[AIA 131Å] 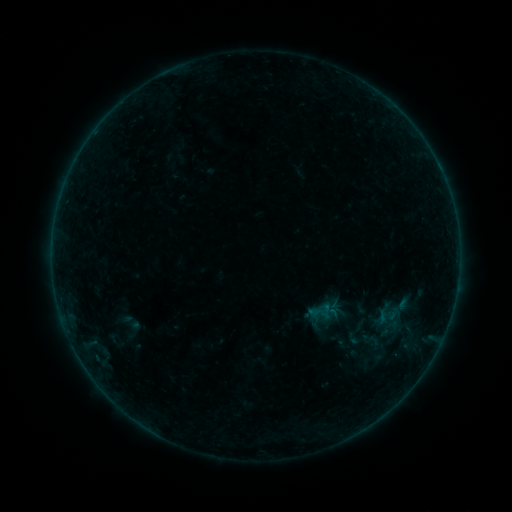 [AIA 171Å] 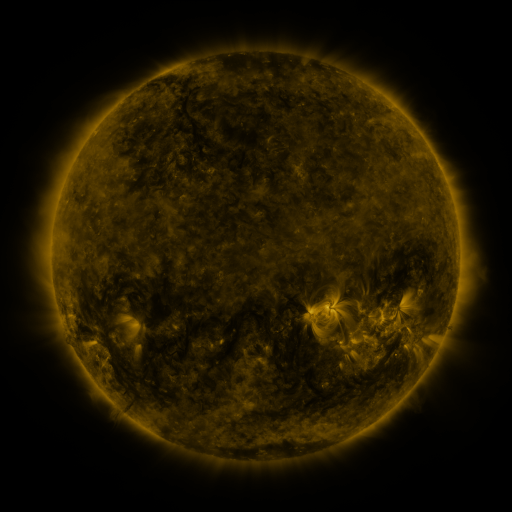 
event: sigmoid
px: (372, 341)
